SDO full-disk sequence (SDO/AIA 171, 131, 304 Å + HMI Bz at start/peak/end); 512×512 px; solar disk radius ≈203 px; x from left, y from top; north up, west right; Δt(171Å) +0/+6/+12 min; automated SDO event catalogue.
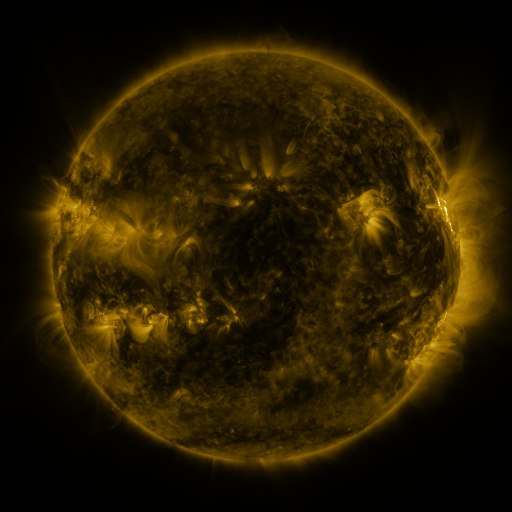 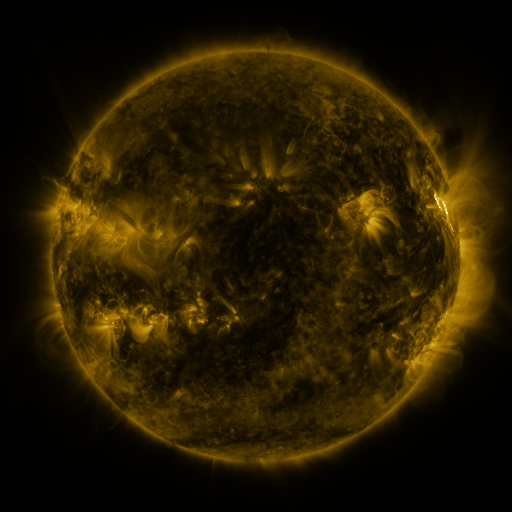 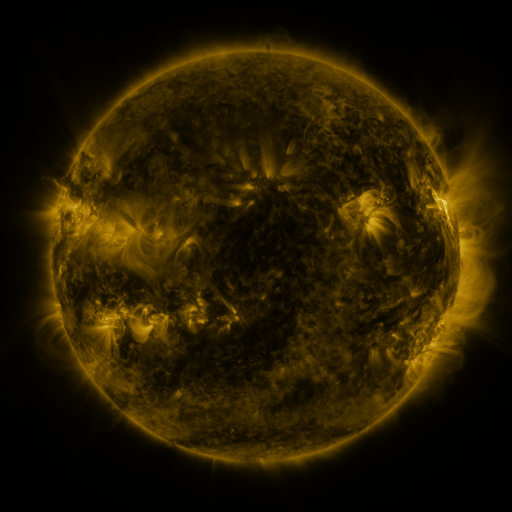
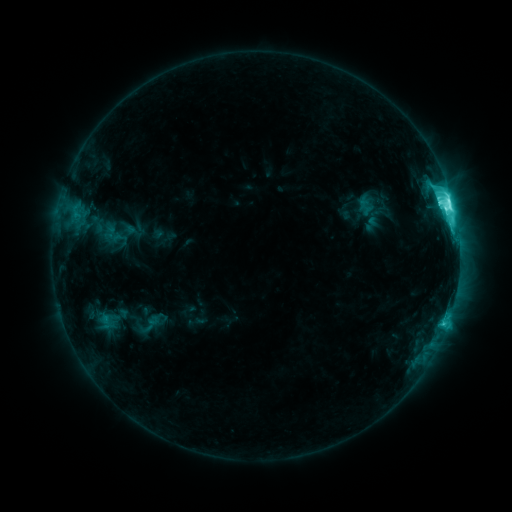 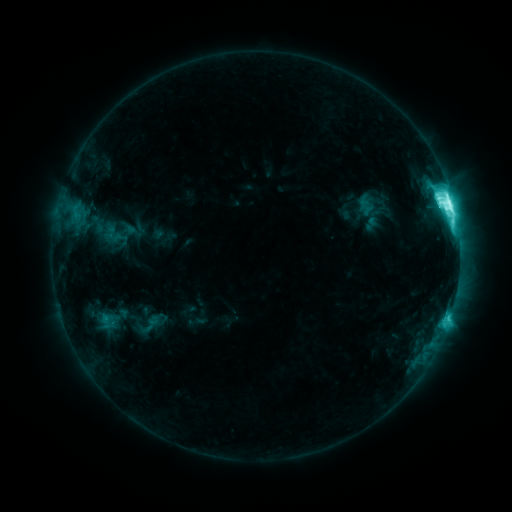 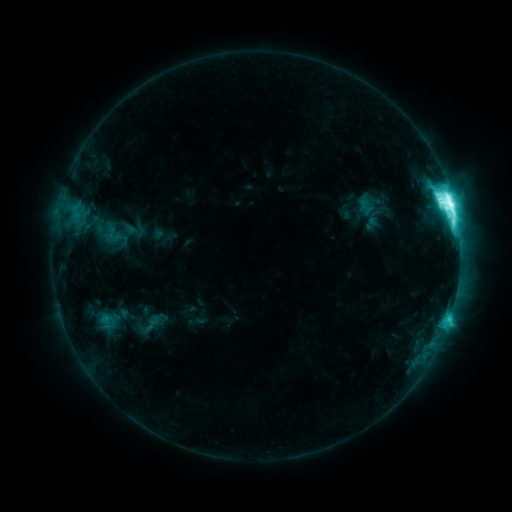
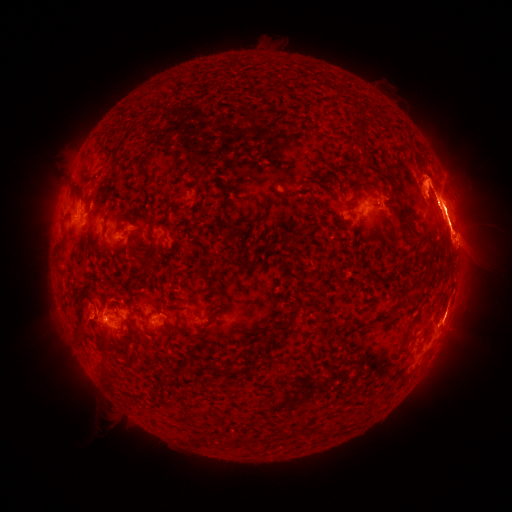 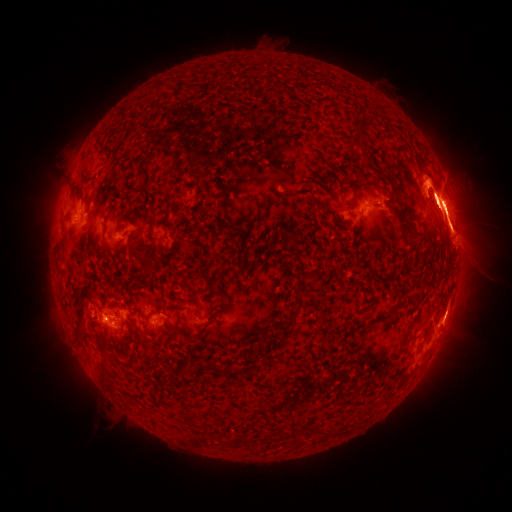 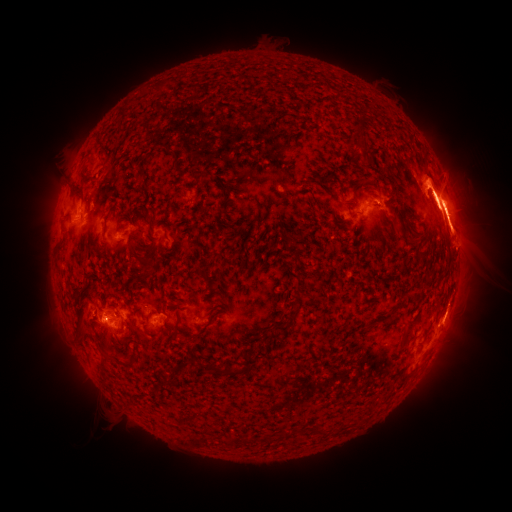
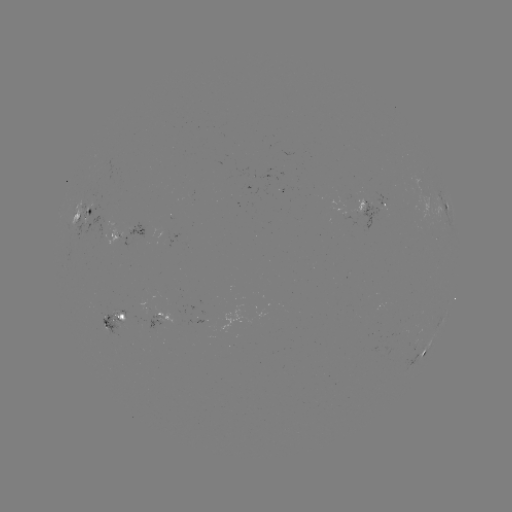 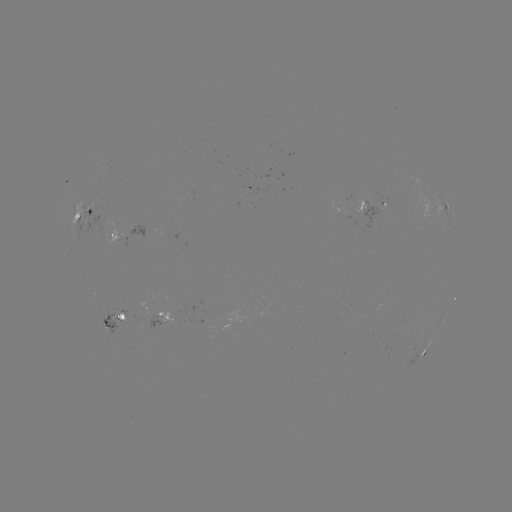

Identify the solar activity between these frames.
eruption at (455, 310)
